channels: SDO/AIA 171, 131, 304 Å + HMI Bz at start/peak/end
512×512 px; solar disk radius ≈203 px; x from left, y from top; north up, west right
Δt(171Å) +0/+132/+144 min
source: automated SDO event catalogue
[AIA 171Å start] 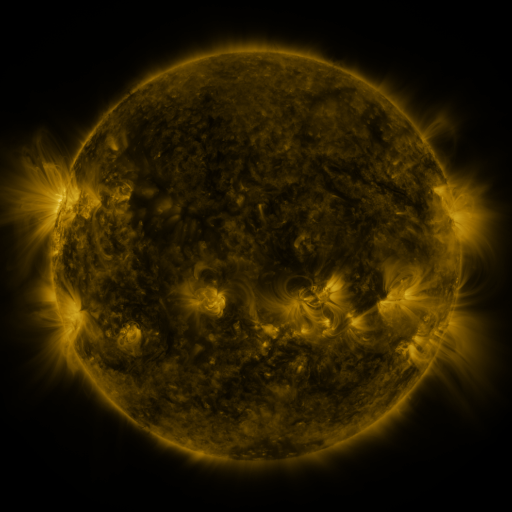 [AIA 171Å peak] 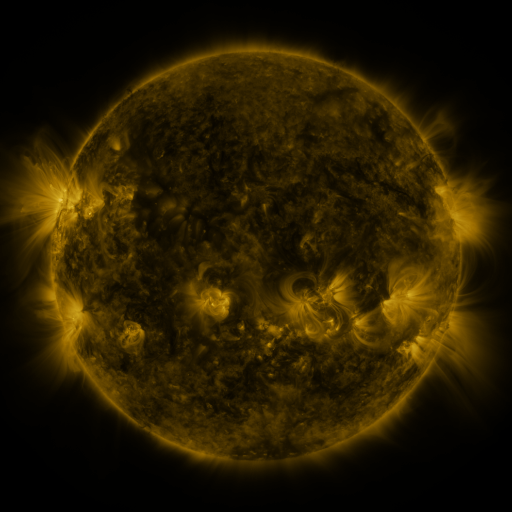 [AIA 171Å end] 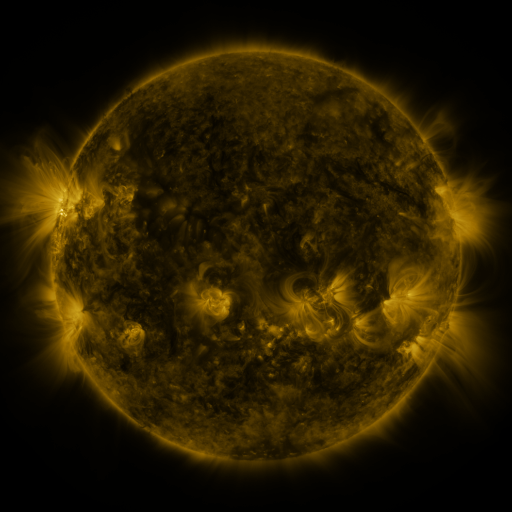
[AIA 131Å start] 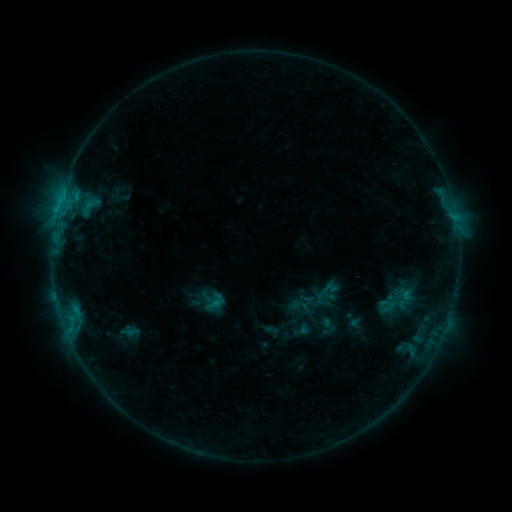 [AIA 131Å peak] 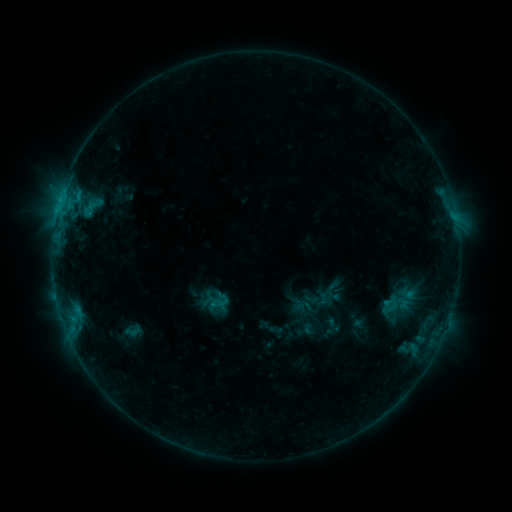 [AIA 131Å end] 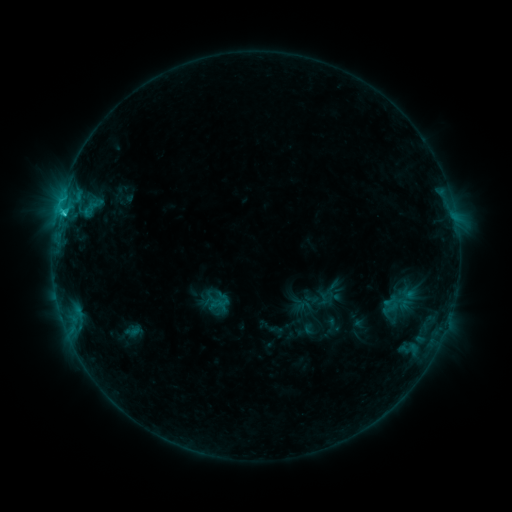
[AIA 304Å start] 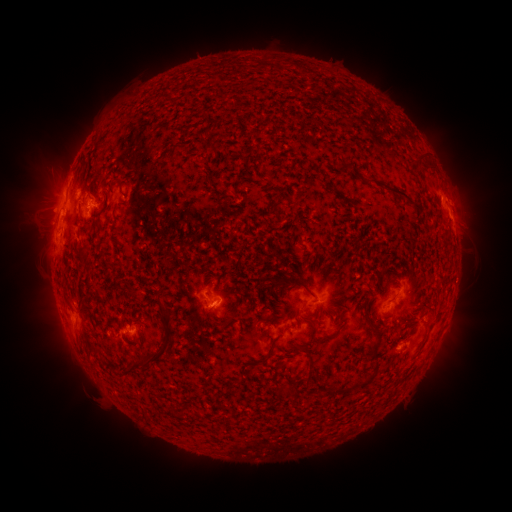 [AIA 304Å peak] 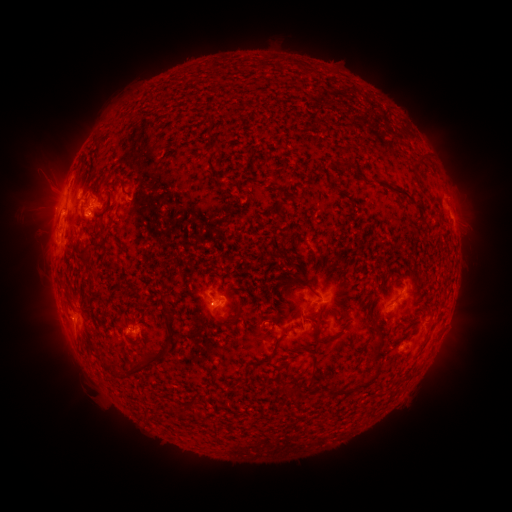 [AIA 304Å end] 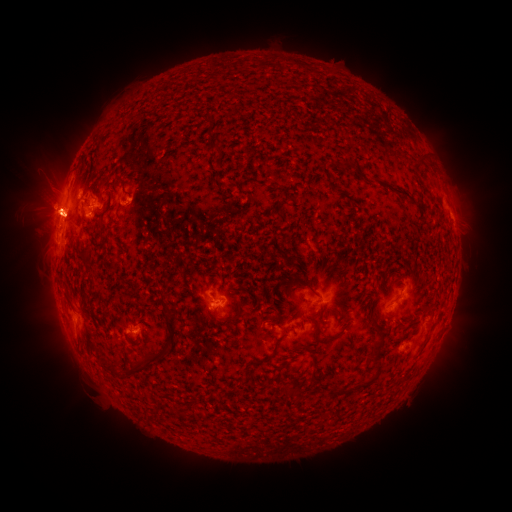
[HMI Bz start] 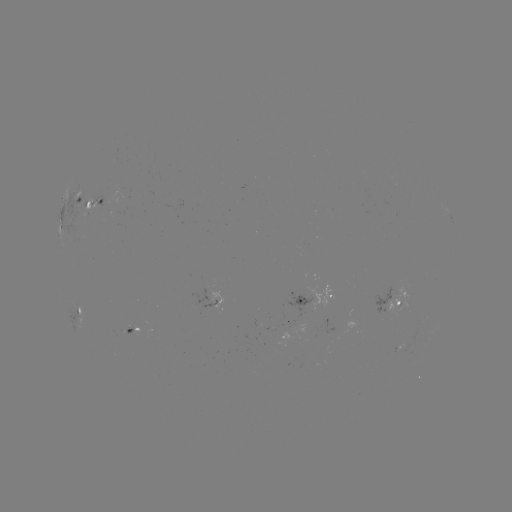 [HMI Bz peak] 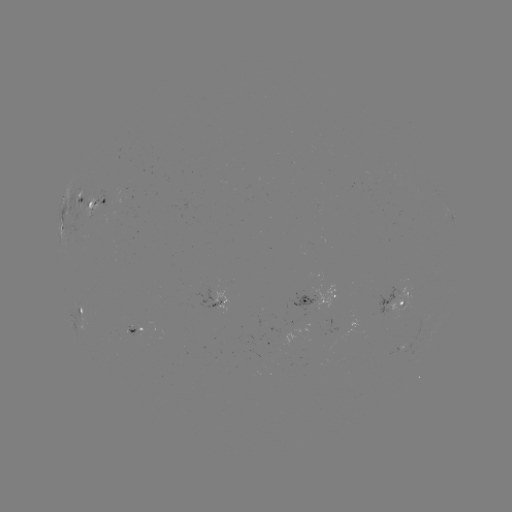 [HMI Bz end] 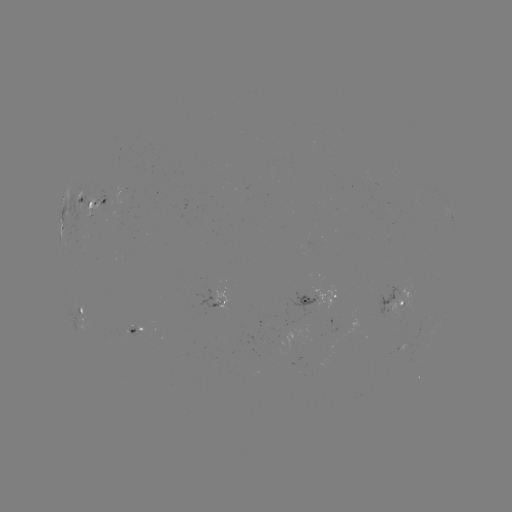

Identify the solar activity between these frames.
emerging-flux region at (92, 201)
